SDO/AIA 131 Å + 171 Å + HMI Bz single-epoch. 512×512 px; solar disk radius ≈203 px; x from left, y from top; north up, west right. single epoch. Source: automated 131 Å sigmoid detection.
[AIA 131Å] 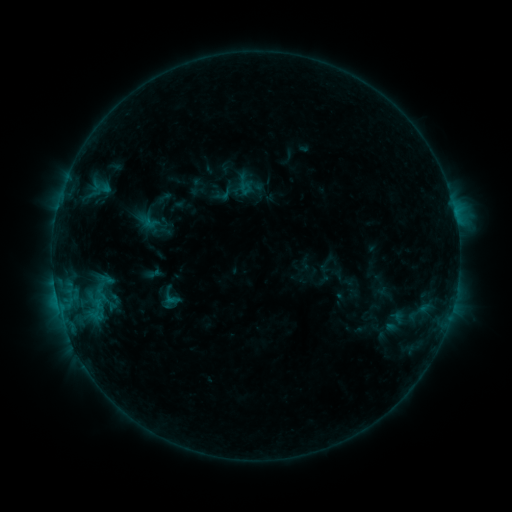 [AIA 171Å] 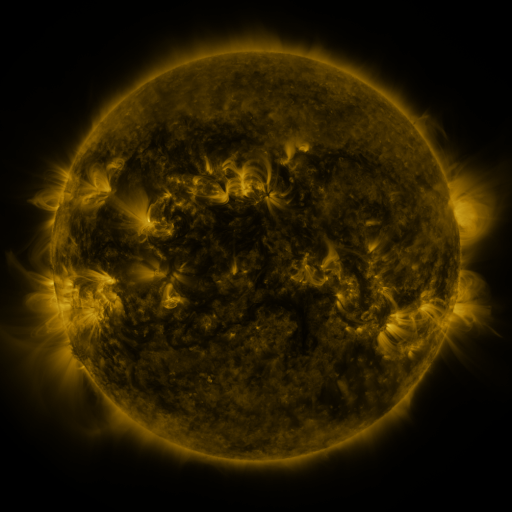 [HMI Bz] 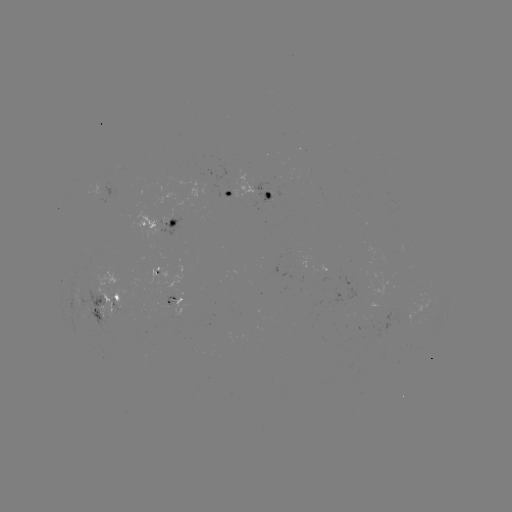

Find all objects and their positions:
sigmoid: <bbox>214, 185, 233, 204</bbox>
